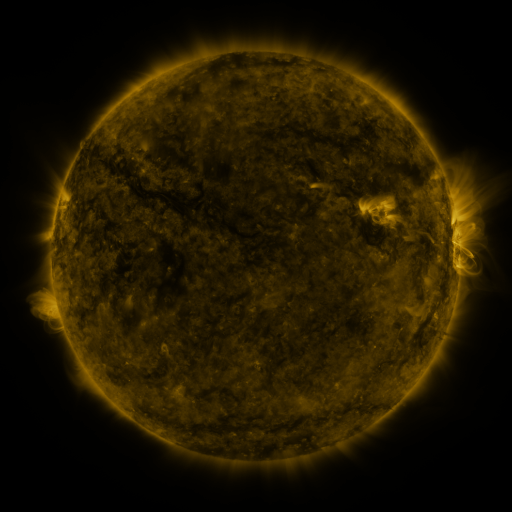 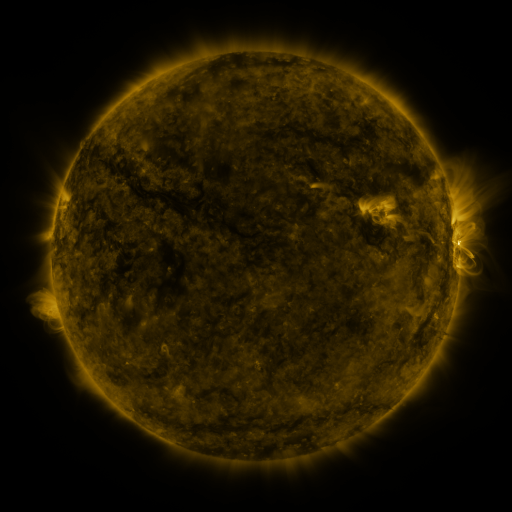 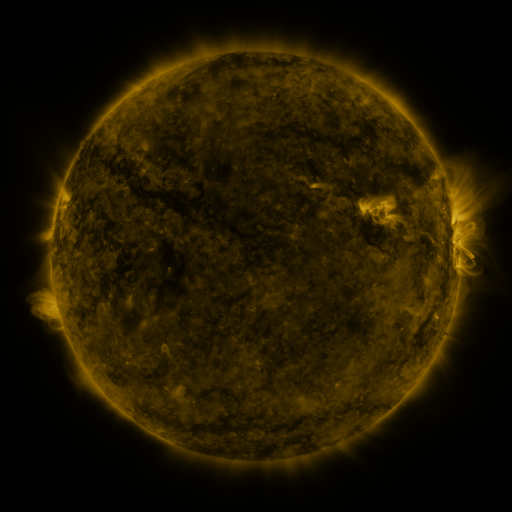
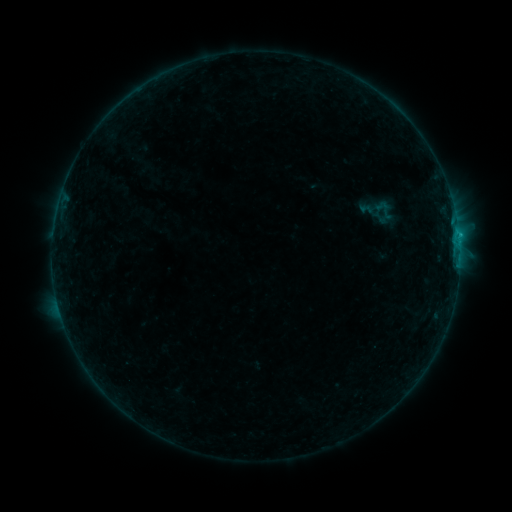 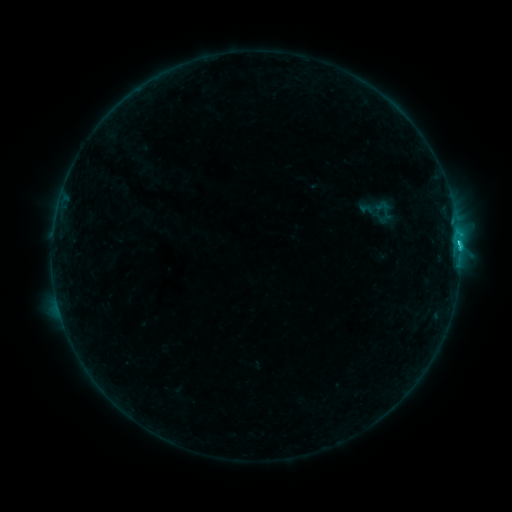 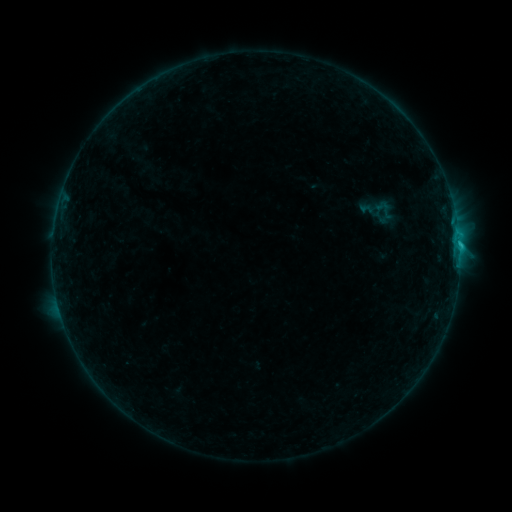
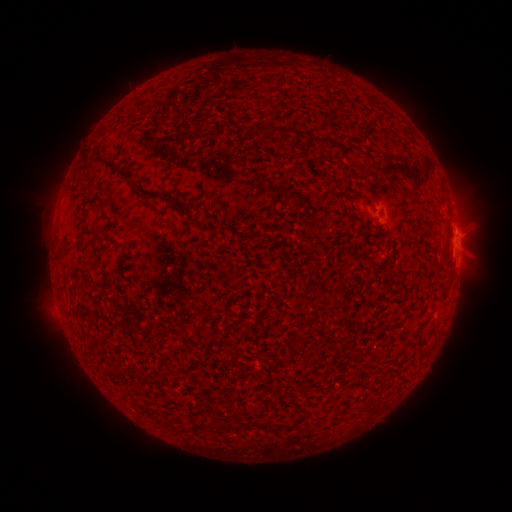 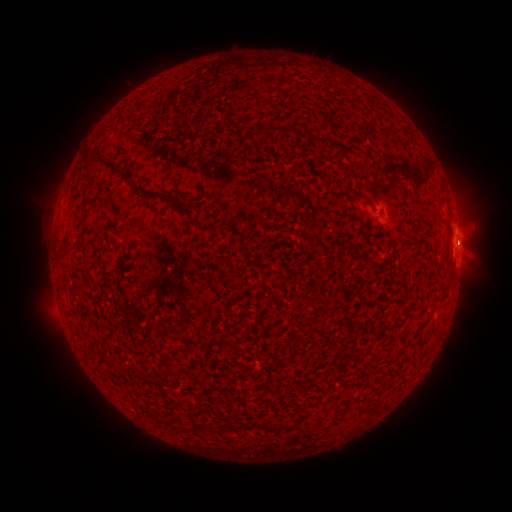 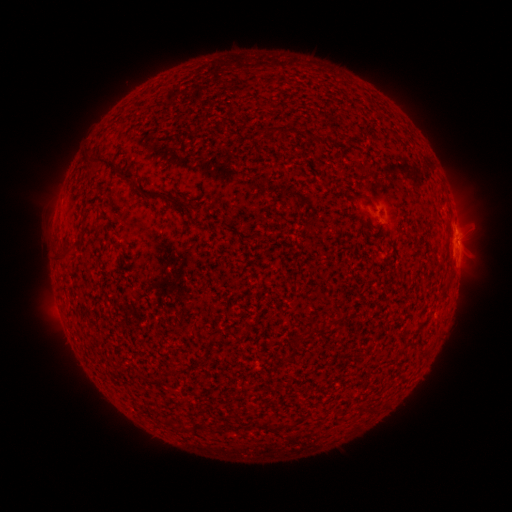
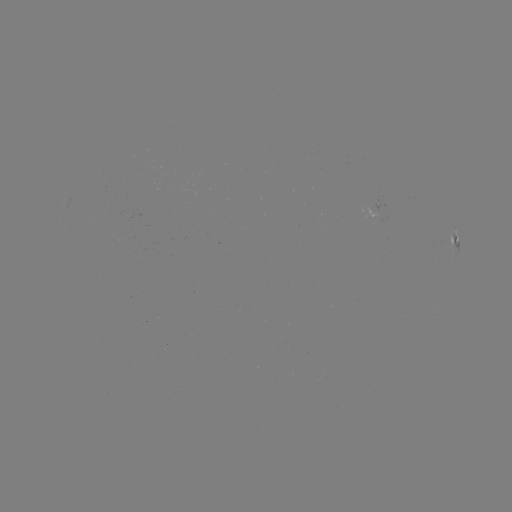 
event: flare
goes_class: C1.9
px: (458, 245)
